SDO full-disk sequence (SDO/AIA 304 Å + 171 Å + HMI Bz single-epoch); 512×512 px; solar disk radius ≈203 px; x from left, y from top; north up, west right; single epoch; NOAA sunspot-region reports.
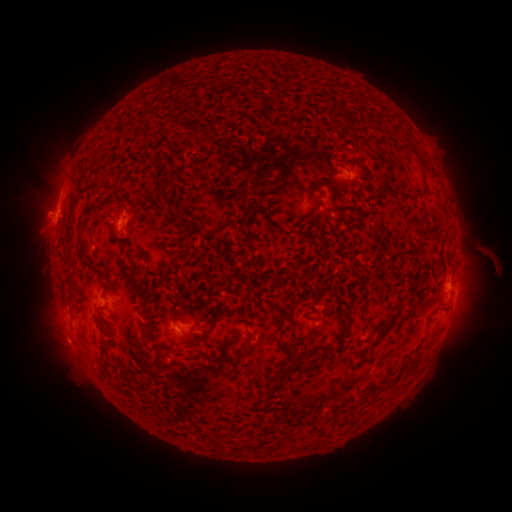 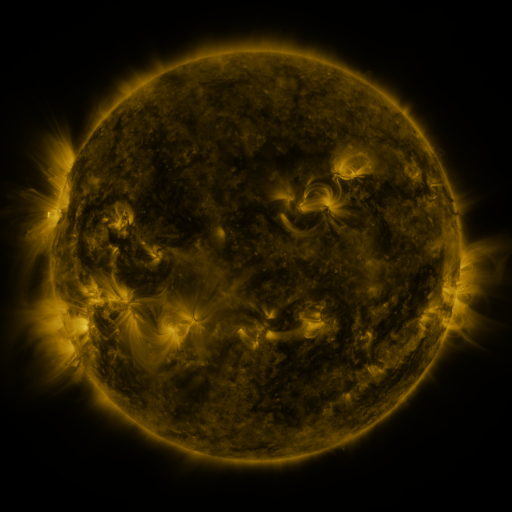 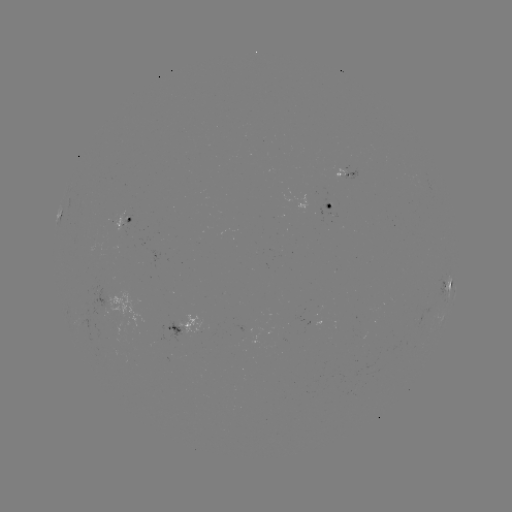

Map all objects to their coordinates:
spotted active region: (348, 176)
spotted active region: (331, 207)
spotted active region: (62, 210)
spotted active region: (126, 218)
spotted active region: (456, 278)
spotted active region: (446, 287)
spotted active region: (188, 326)
